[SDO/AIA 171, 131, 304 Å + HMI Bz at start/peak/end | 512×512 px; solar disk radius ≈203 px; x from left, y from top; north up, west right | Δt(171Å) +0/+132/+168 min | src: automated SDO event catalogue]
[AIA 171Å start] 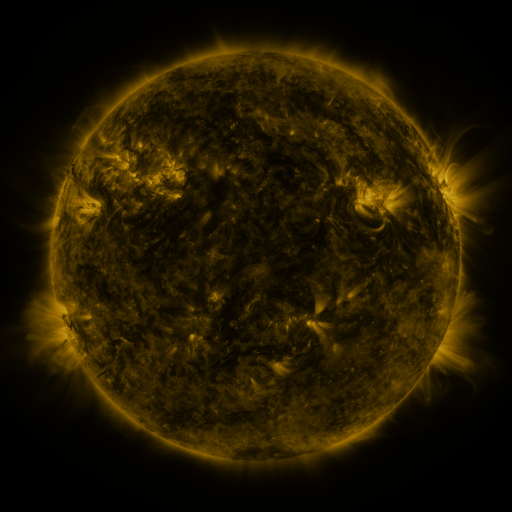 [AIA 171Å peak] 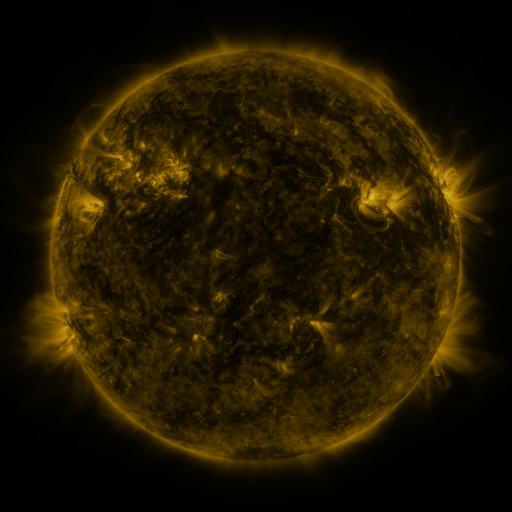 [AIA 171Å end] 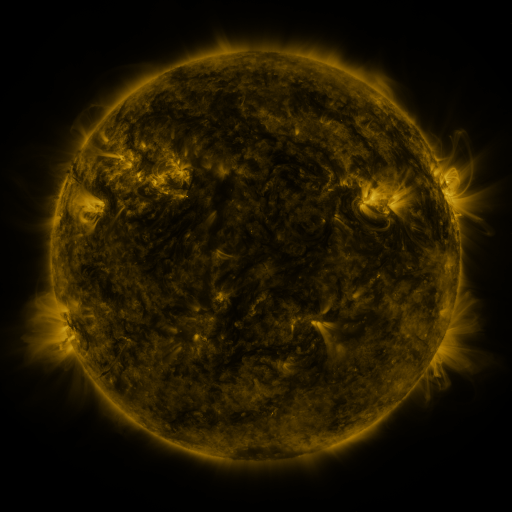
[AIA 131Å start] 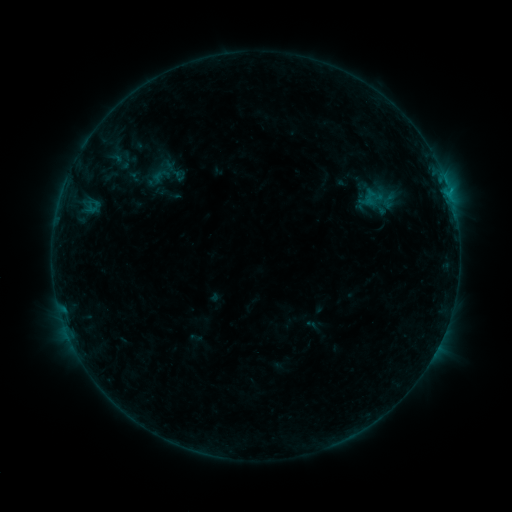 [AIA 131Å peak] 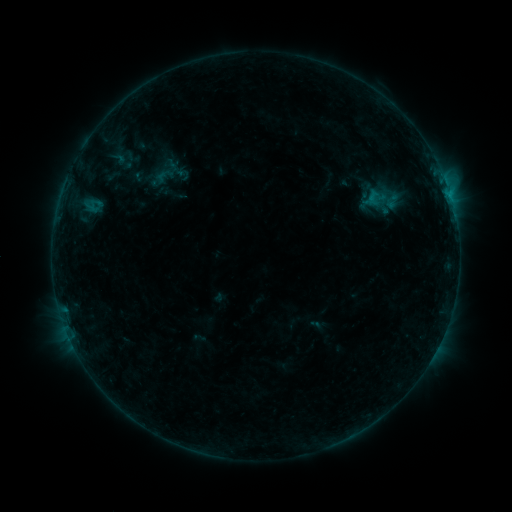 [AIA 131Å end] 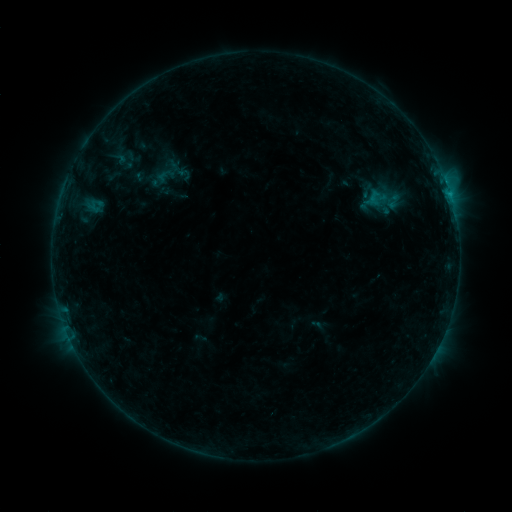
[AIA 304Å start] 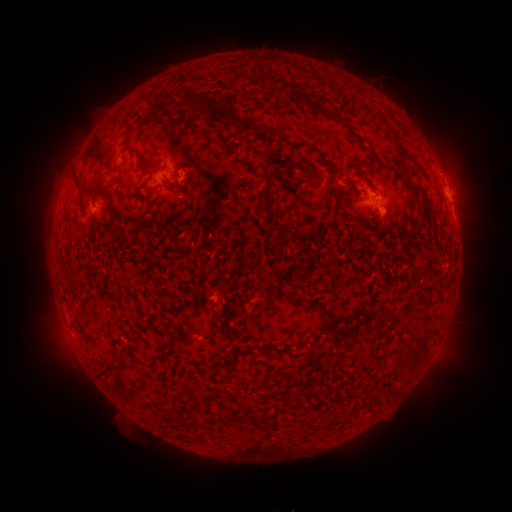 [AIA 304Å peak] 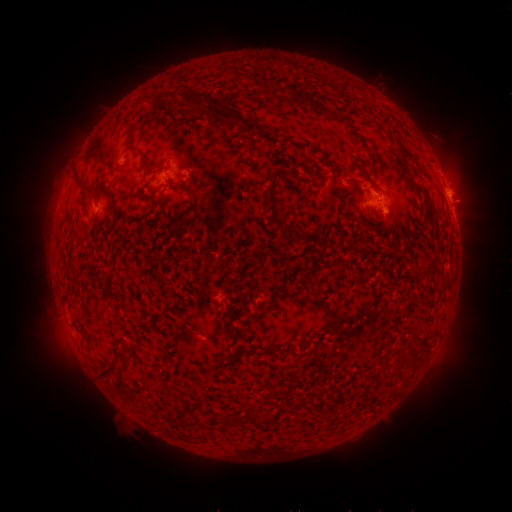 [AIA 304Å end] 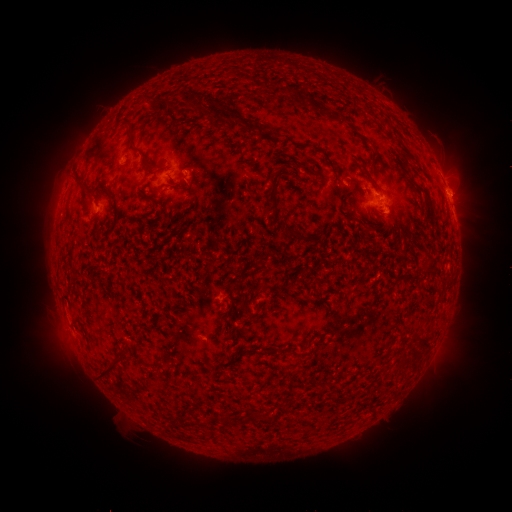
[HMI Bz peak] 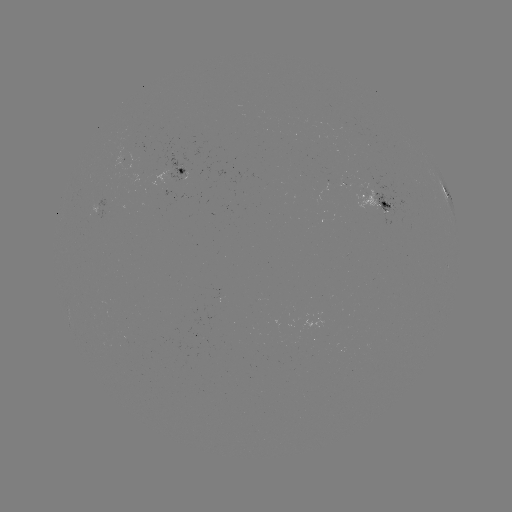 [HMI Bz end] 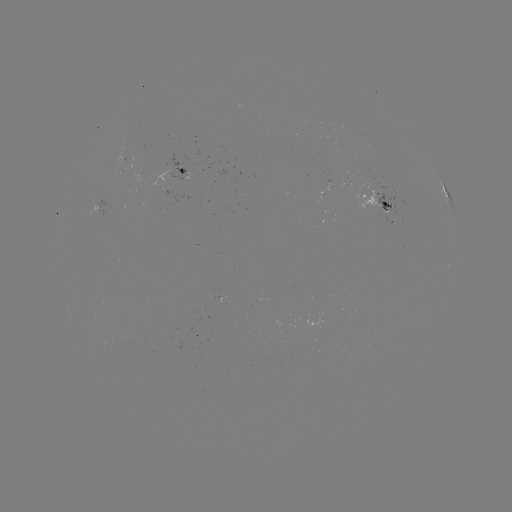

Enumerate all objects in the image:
emerging-flux region: (256, 303)
